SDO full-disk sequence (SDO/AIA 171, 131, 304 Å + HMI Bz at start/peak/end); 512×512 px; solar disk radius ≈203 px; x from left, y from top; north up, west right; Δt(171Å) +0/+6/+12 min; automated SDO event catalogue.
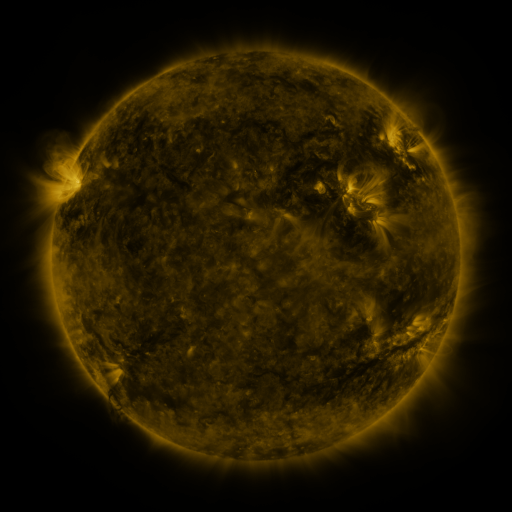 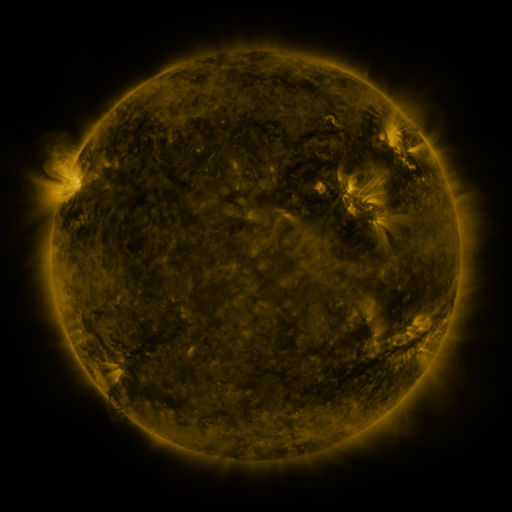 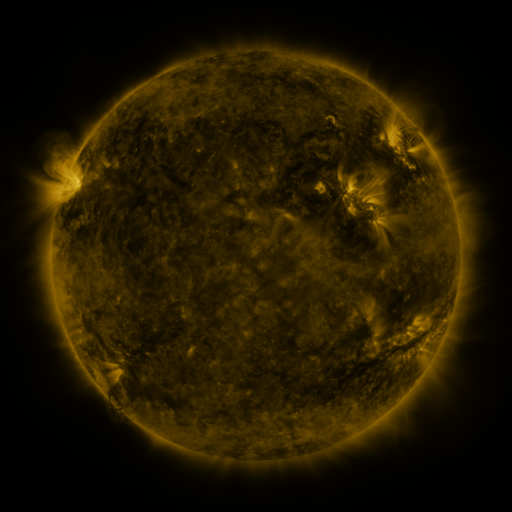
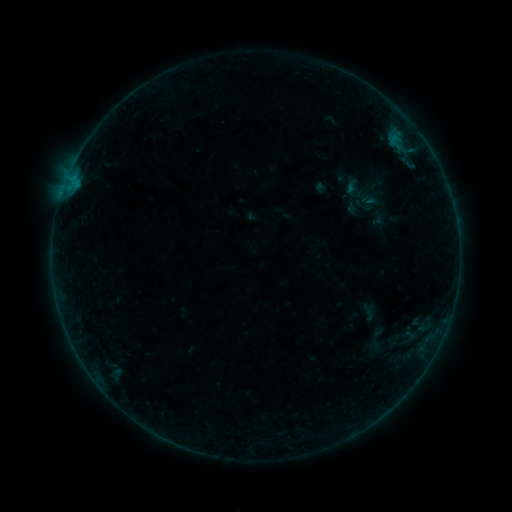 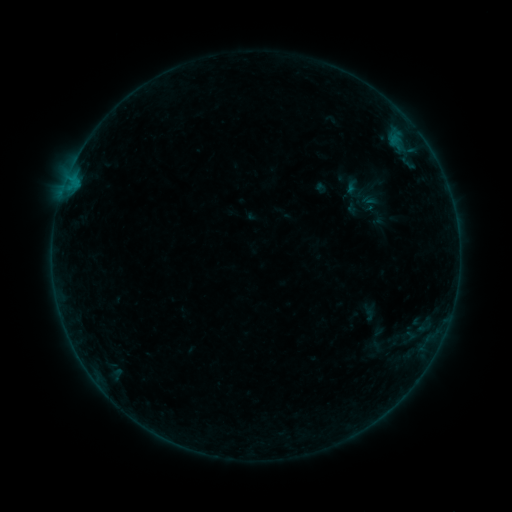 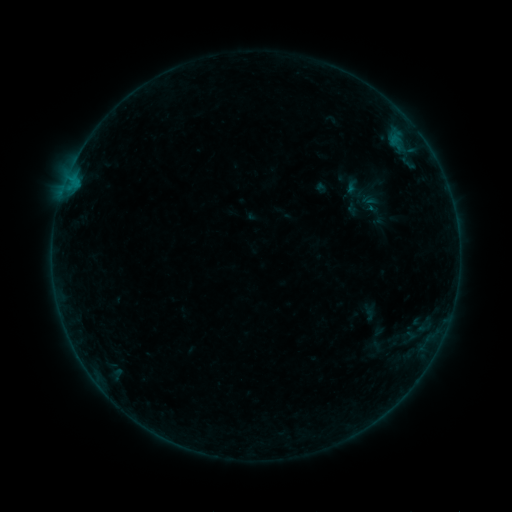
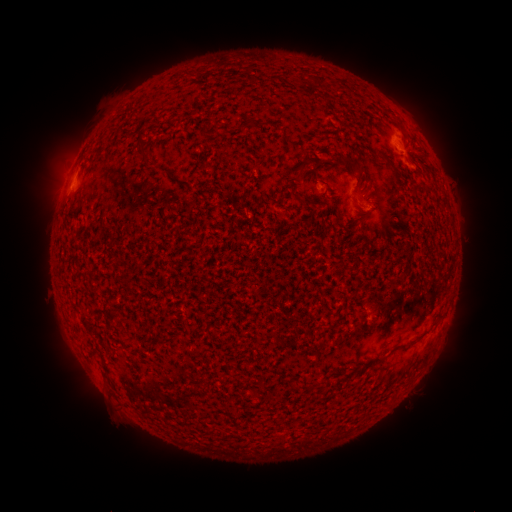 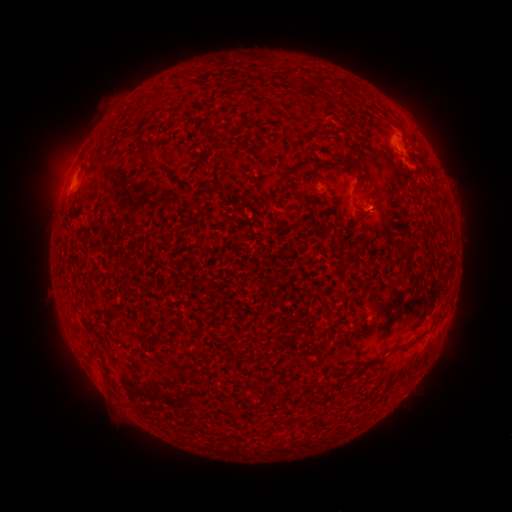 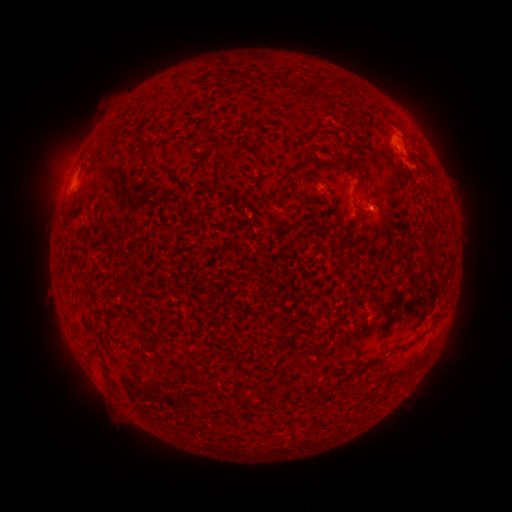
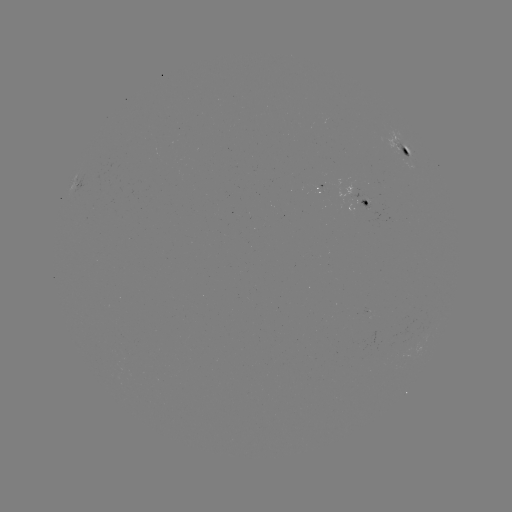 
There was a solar eruption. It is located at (388, 212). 